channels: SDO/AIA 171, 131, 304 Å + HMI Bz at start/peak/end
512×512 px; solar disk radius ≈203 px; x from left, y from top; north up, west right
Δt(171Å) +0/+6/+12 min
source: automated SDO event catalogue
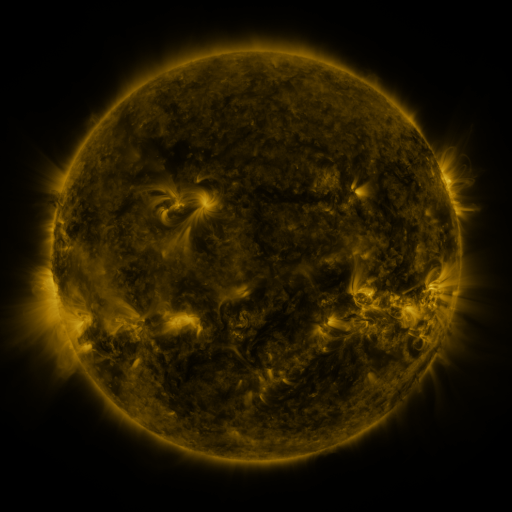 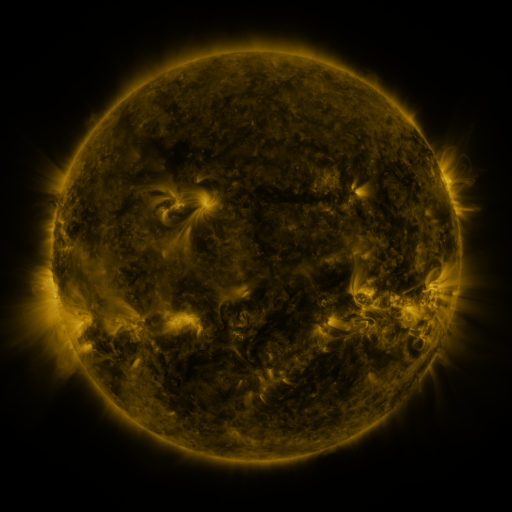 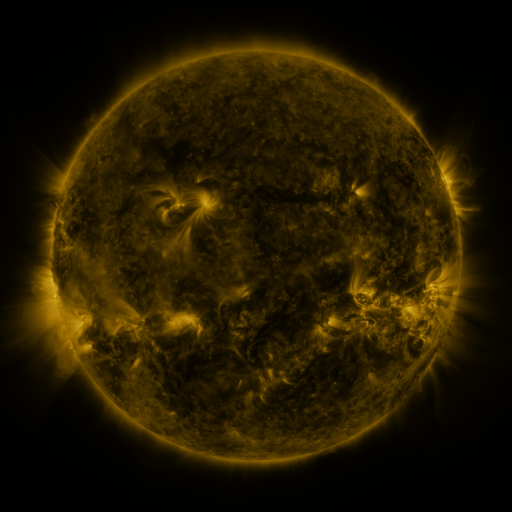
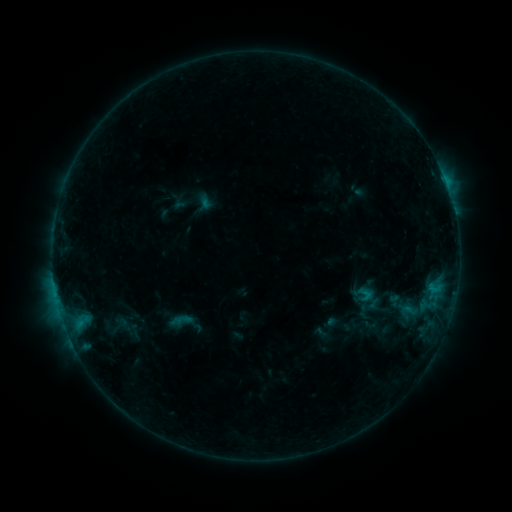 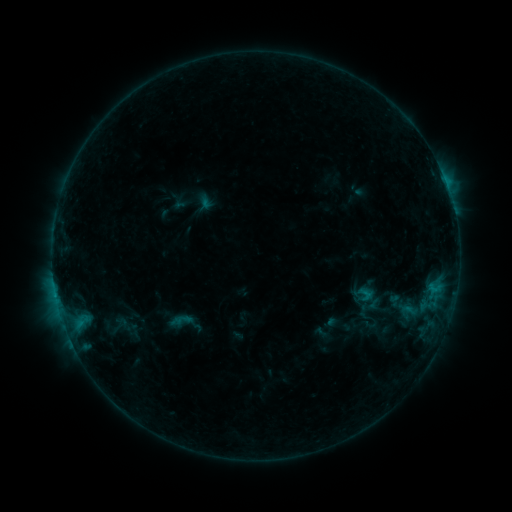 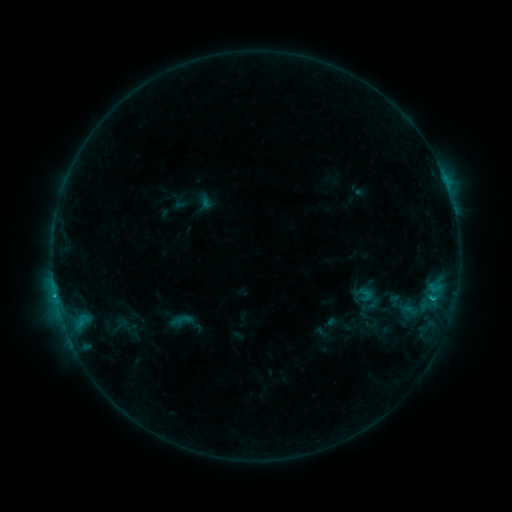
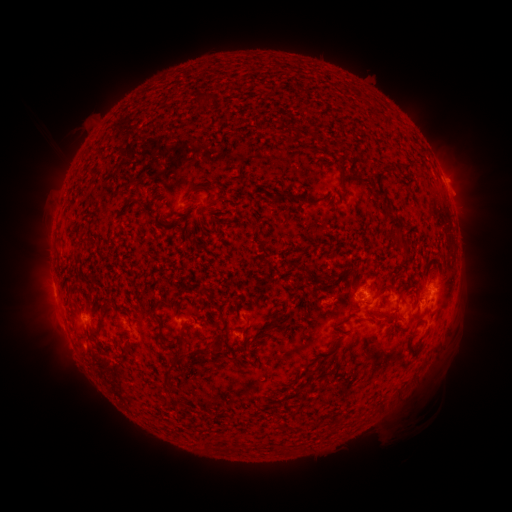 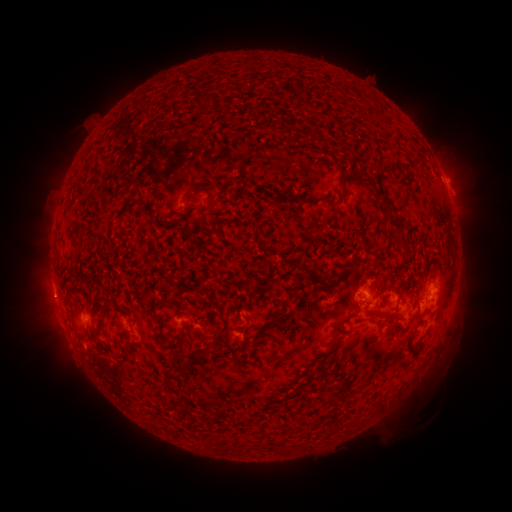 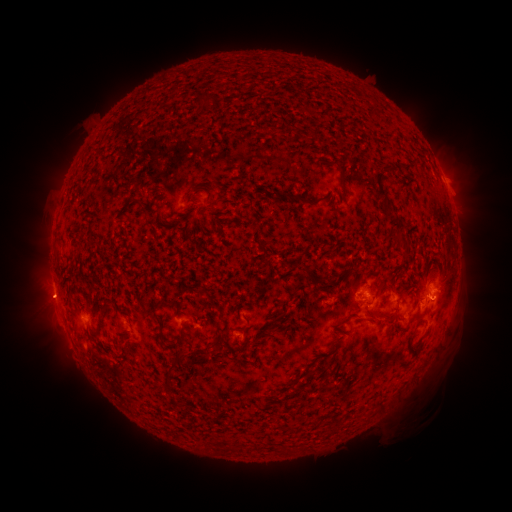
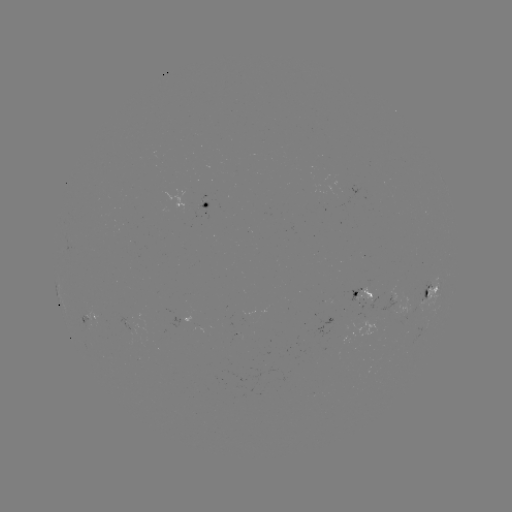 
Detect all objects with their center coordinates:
eruption: (48, 301)
